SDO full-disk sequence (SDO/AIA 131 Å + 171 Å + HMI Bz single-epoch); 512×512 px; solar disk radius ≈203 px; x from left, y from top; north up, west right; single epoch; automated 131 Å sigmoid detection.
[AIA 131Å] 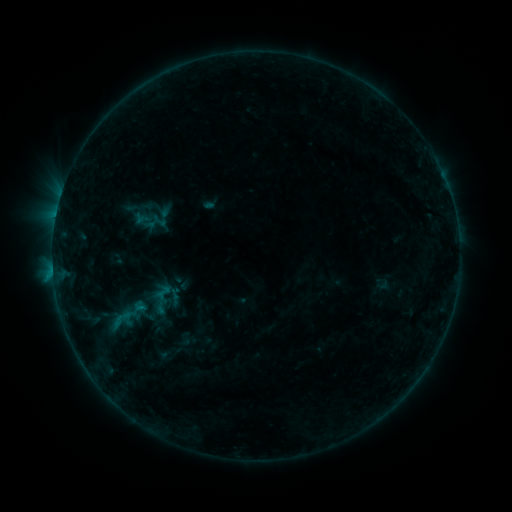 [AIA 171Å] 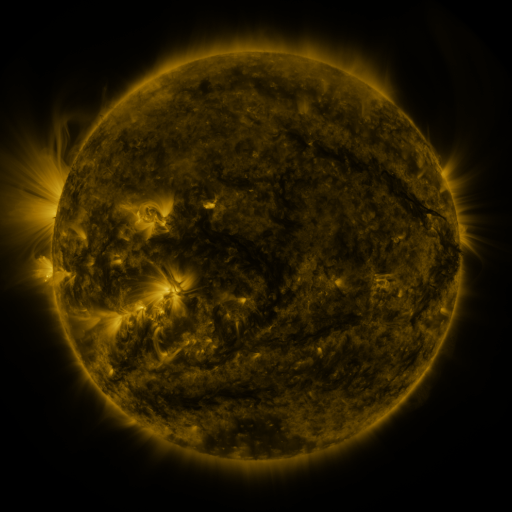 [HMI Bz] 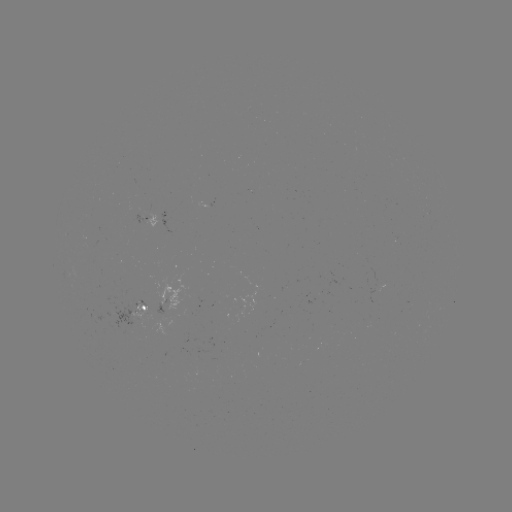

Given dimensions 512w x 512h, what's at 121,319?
sigmoid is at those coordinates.